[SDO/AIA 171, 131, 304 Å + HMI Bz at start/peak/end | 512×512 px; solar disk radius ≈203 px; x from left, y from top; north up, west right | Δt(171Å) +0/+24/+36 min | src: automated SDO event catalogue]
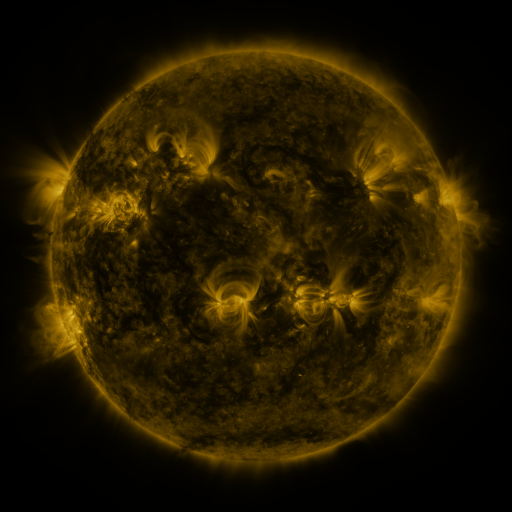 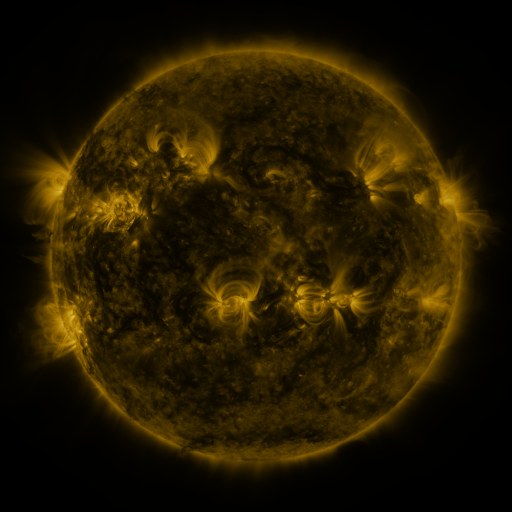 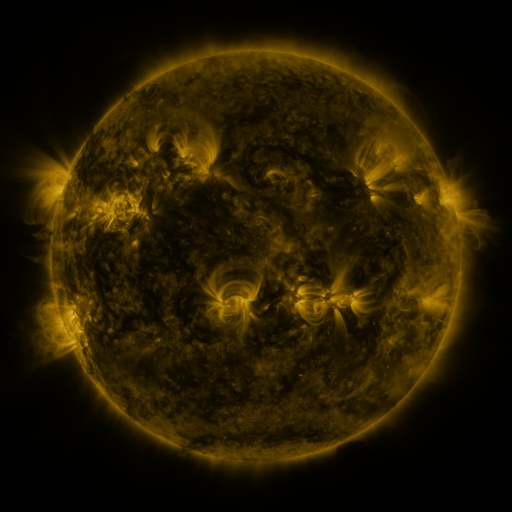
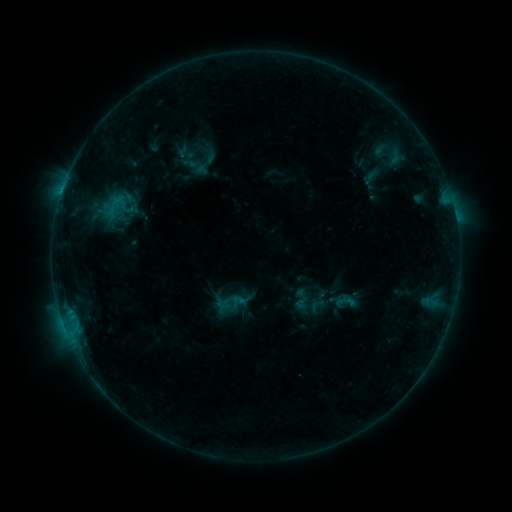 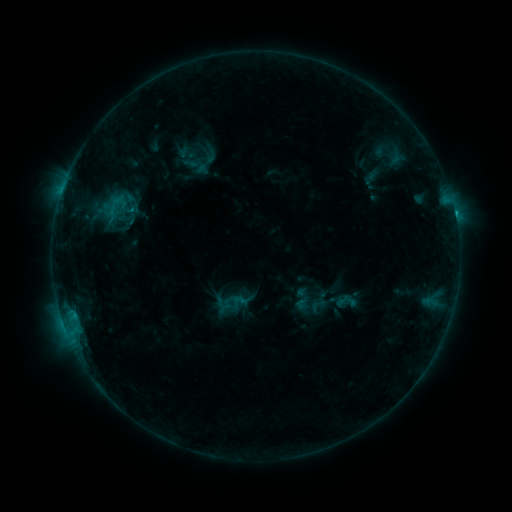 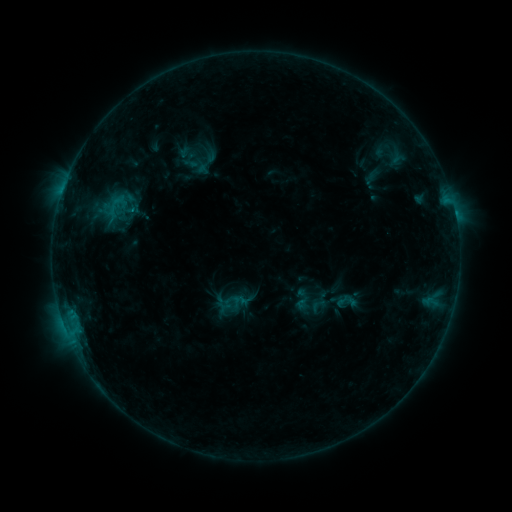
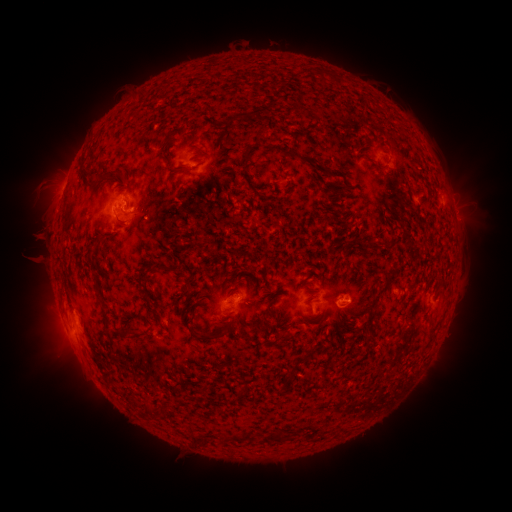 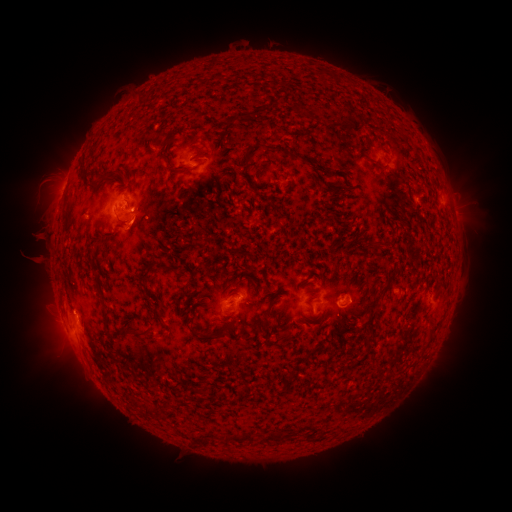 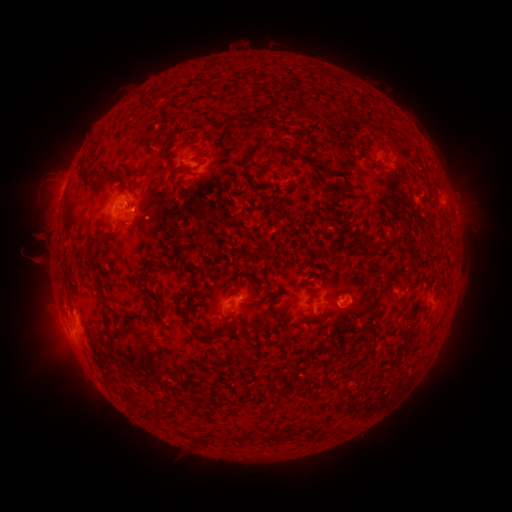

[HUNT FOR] C1.1 flare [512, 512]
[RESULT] [455, 216]